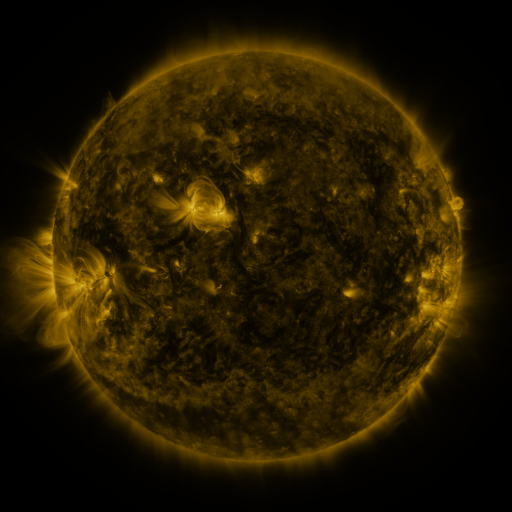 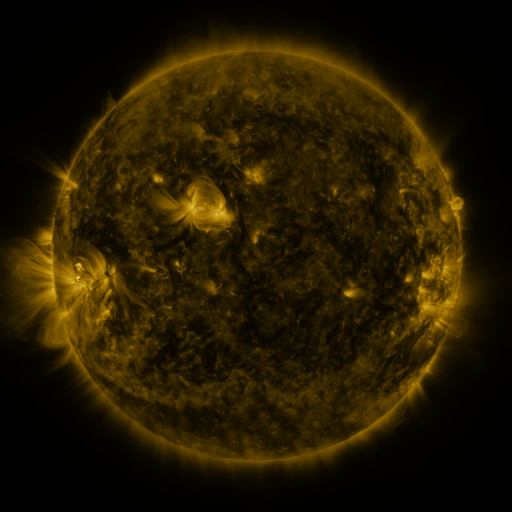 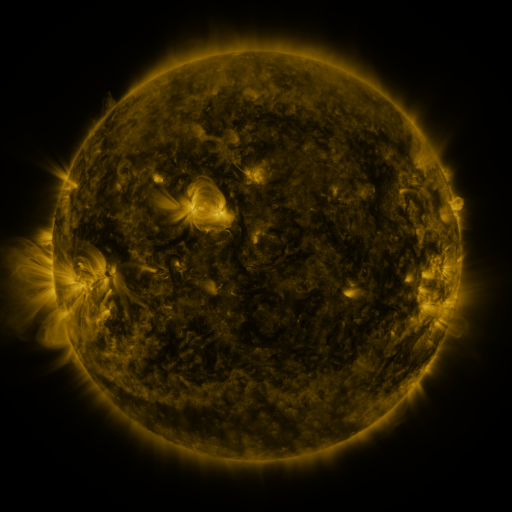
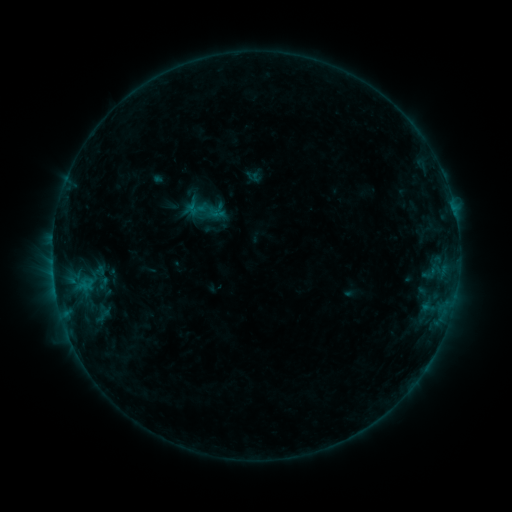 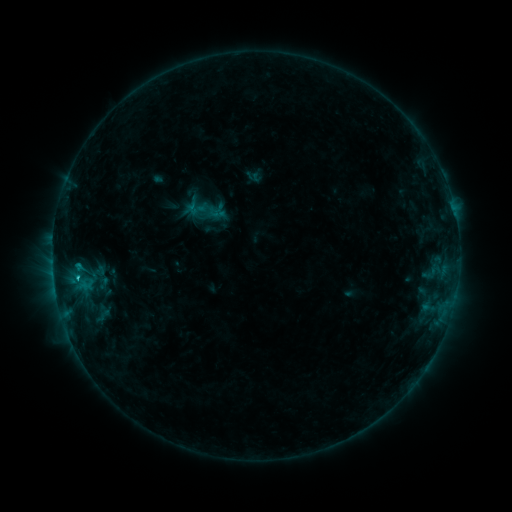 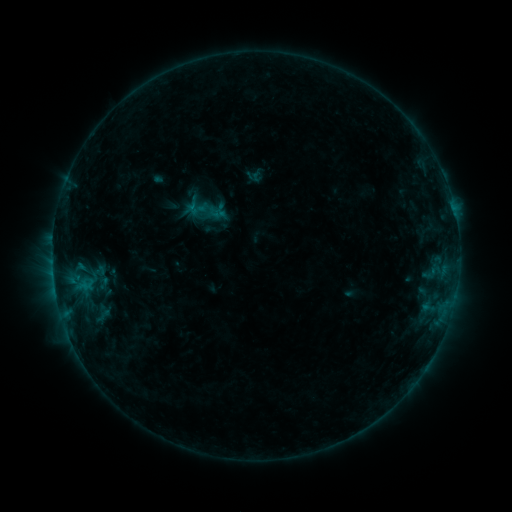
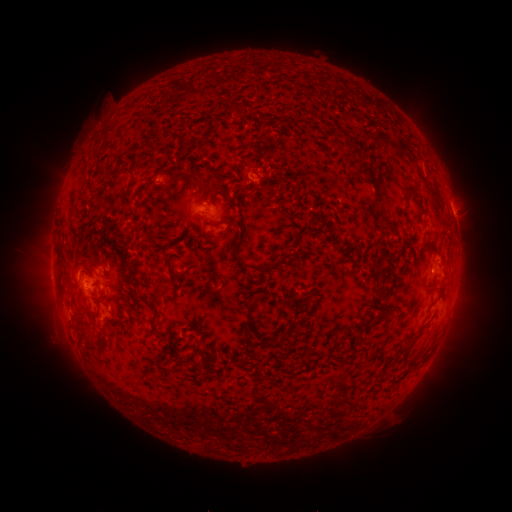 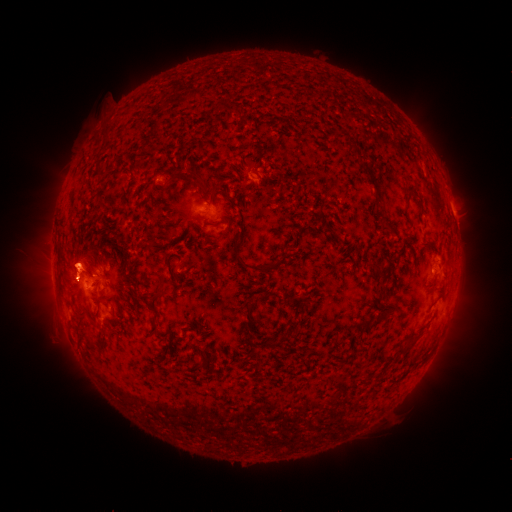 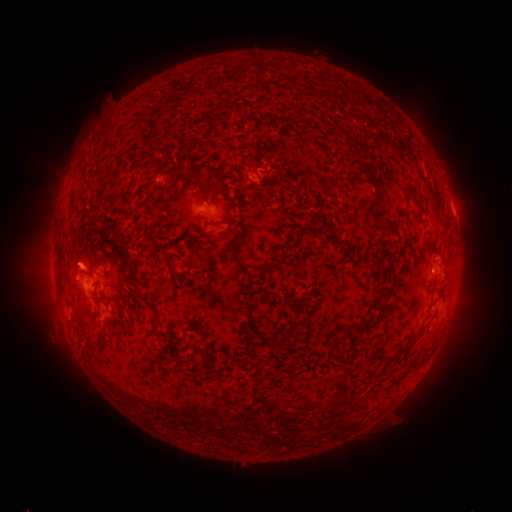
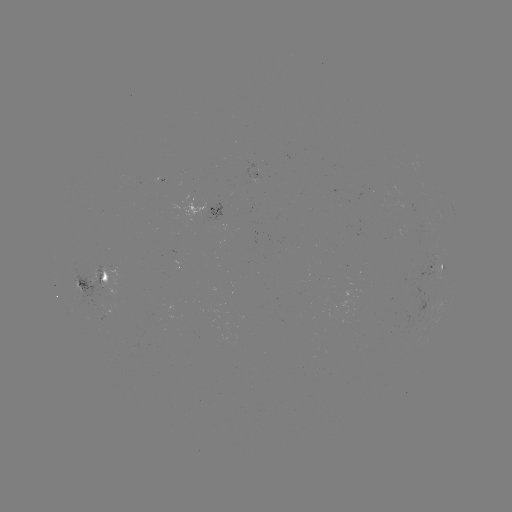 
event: flare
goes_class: B7.9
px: (78, 267)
